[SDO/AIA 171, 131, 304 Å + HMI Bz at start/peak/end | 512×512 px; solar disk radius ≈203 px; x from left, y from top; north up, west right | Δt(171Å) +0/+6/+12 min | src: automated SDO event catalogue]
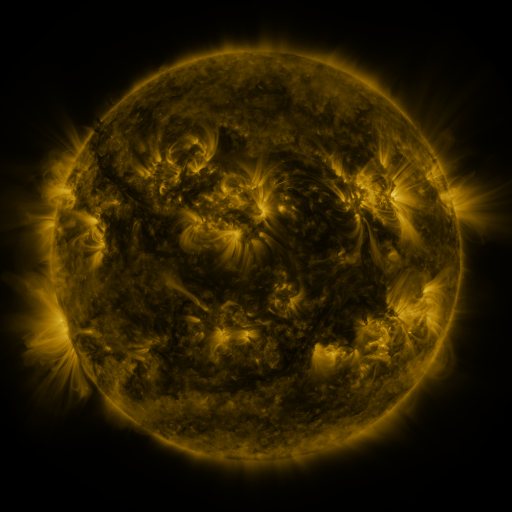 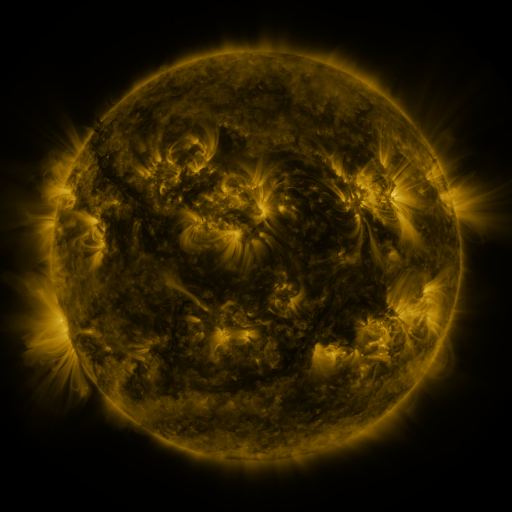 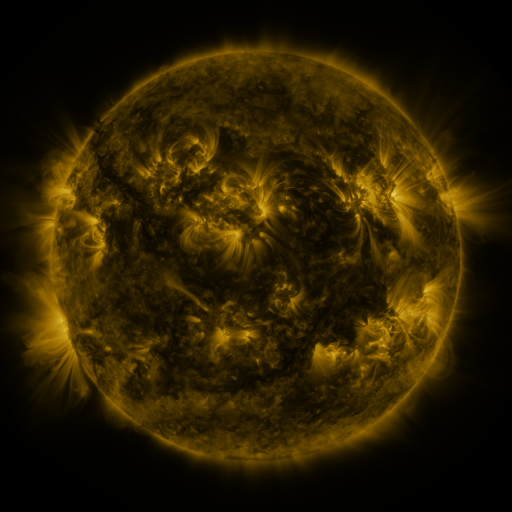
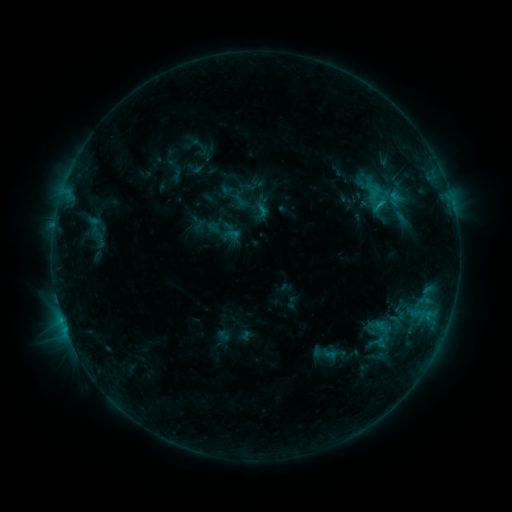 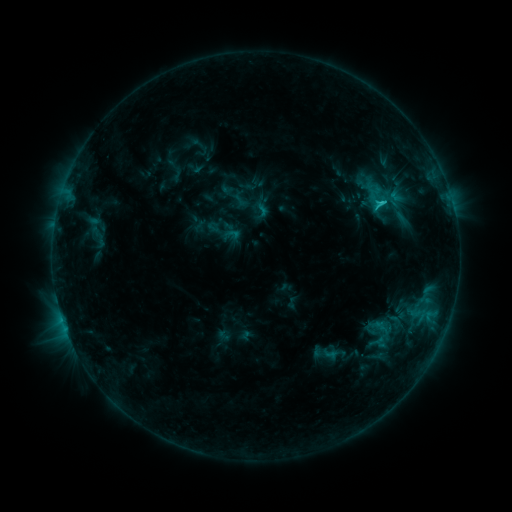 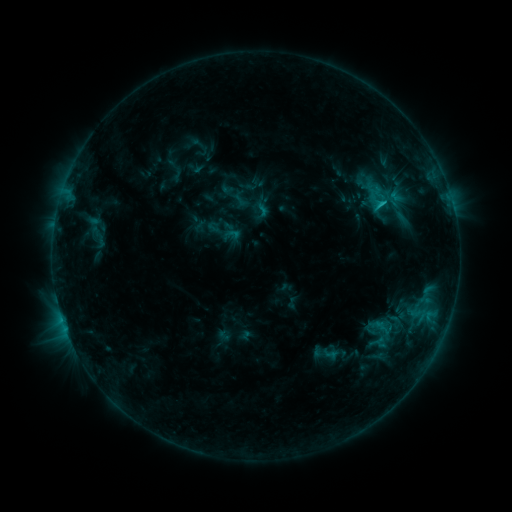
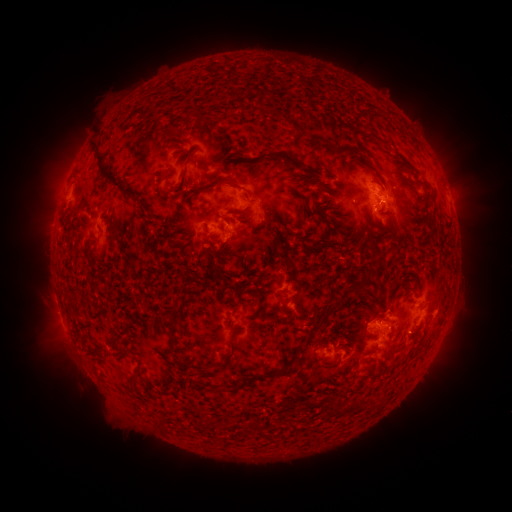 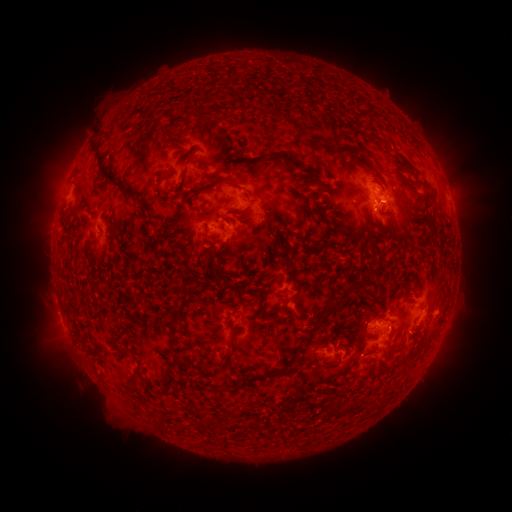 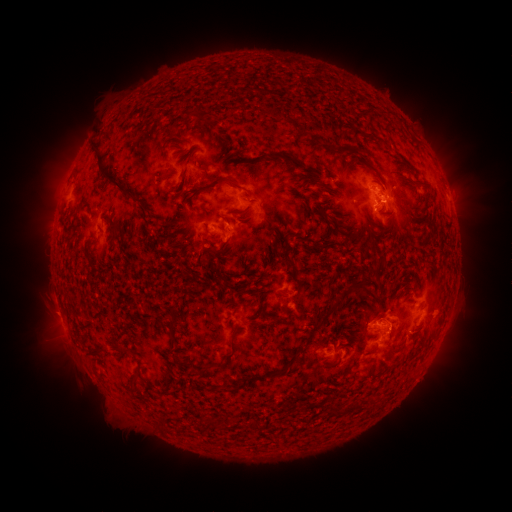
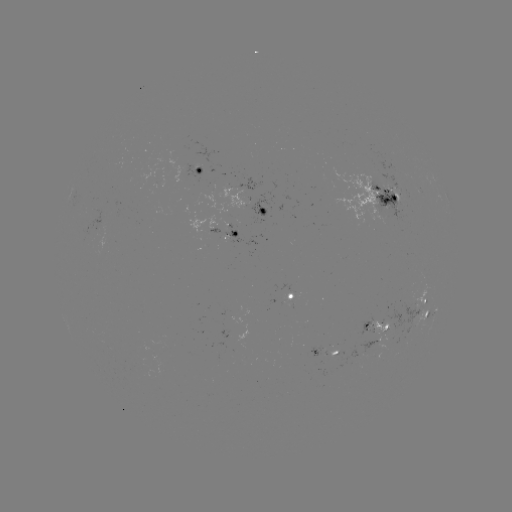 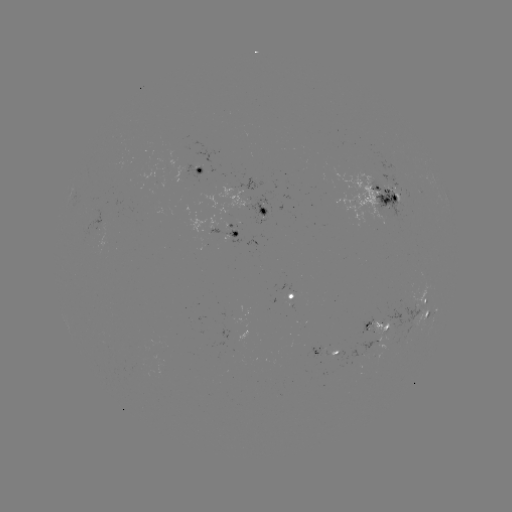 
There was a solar flare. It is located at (381, 205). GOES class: C1.6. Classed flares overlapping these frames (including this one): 1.